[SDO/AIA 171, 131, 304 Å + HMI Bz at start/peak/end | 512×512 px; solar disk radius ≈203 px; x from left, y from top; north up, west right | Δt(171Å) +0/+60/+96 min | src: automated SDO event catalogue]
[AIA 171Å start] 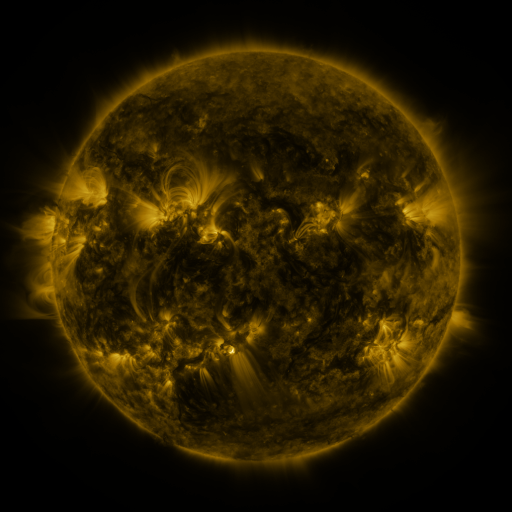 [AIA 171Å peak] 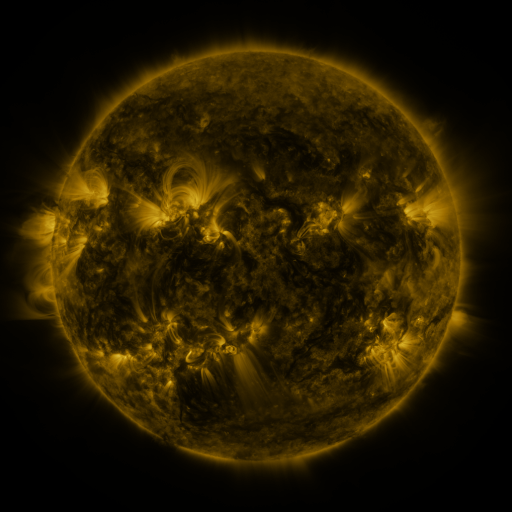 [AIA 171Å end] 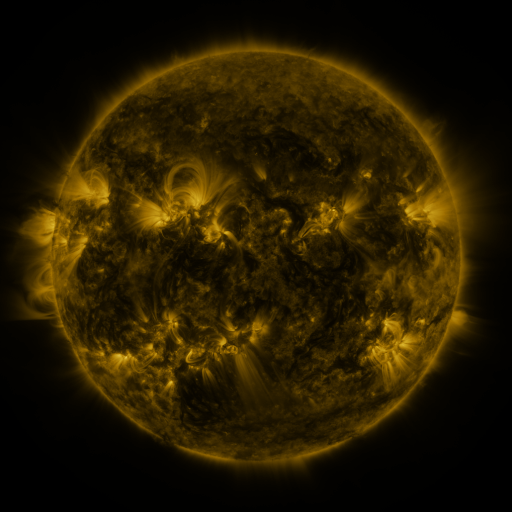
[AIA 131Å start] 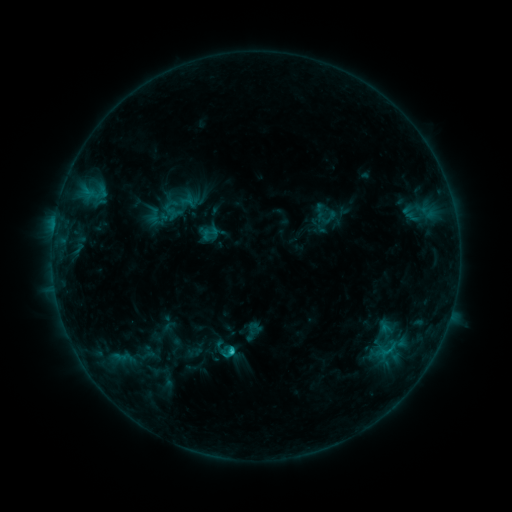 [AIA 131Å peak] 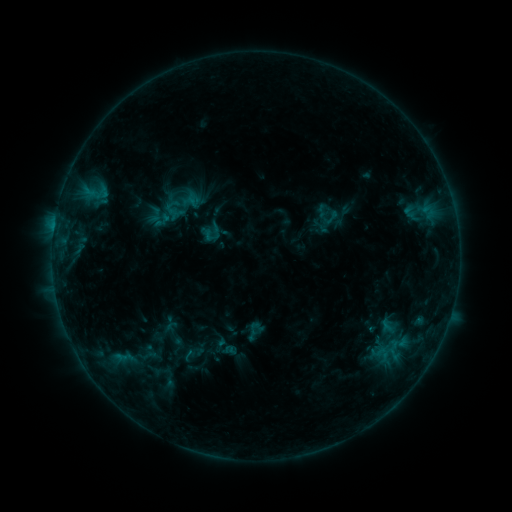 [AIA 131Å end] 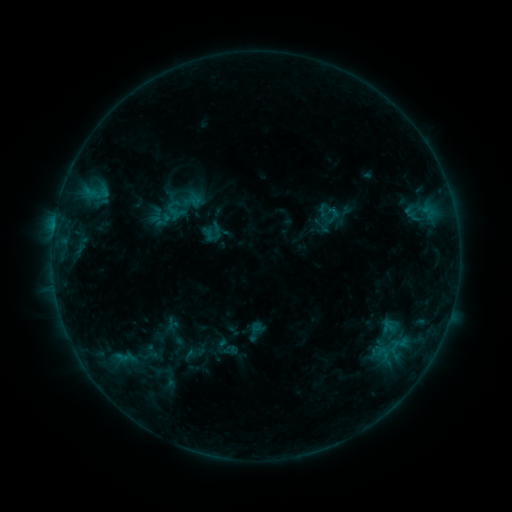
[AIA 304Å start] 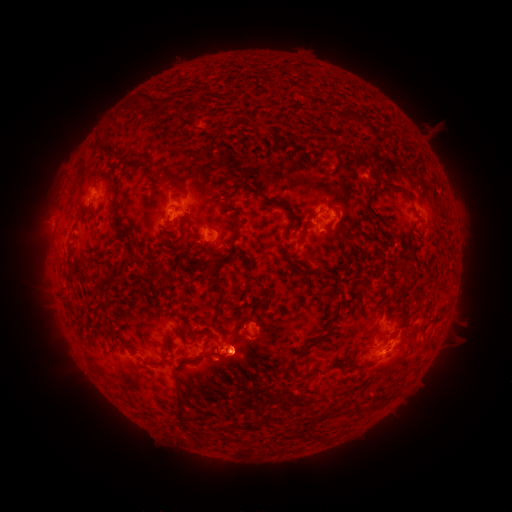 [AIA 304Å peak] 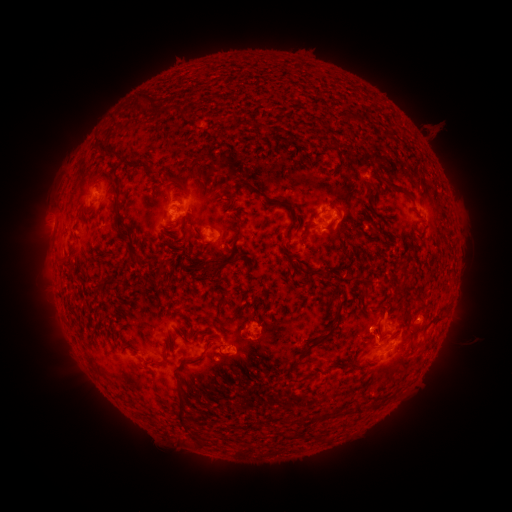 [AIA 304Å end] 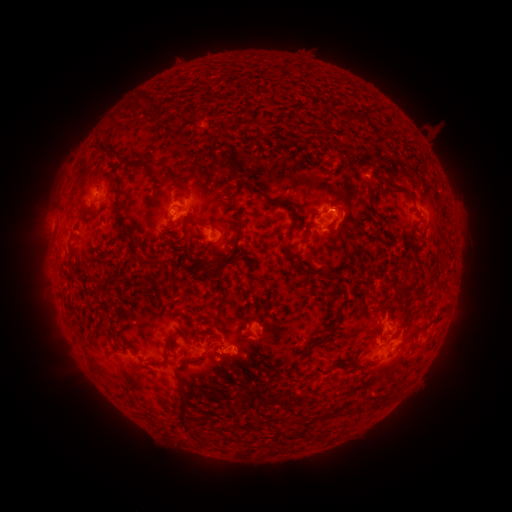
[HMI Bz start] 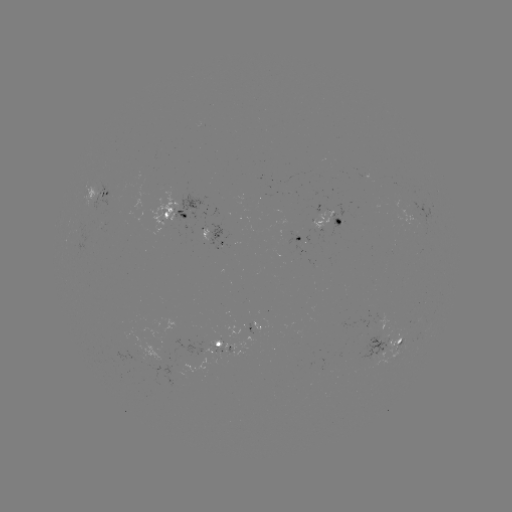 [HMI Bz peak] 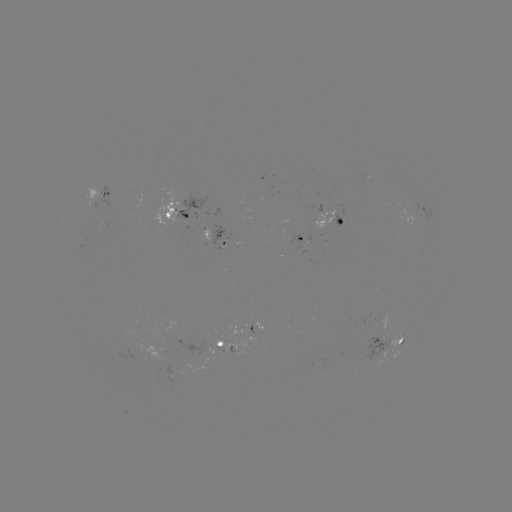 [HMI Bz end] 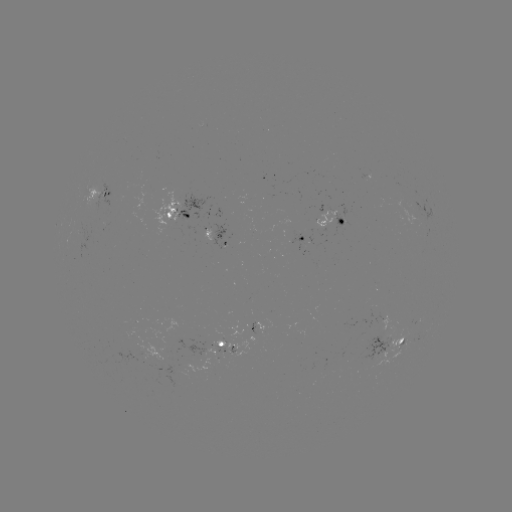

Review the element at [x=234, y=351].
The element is emerging-flux region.